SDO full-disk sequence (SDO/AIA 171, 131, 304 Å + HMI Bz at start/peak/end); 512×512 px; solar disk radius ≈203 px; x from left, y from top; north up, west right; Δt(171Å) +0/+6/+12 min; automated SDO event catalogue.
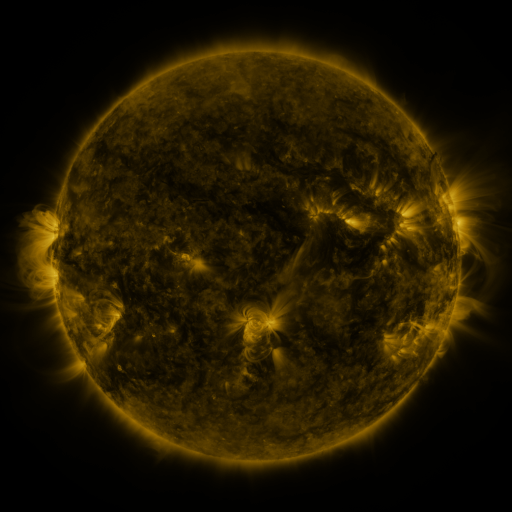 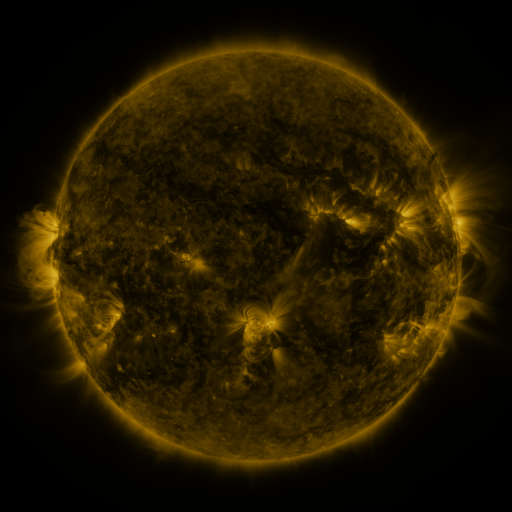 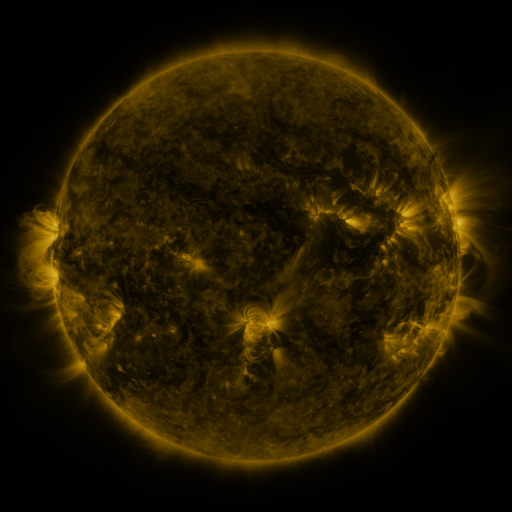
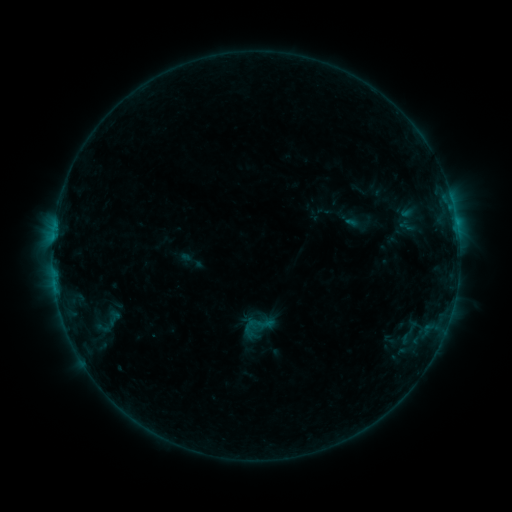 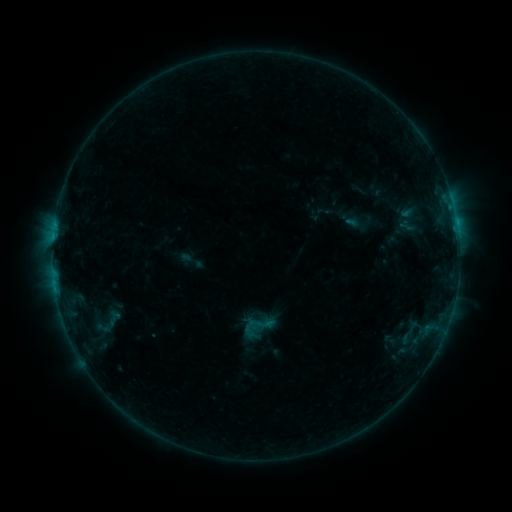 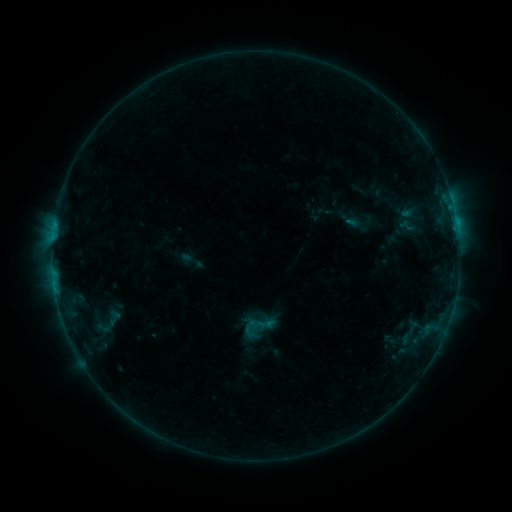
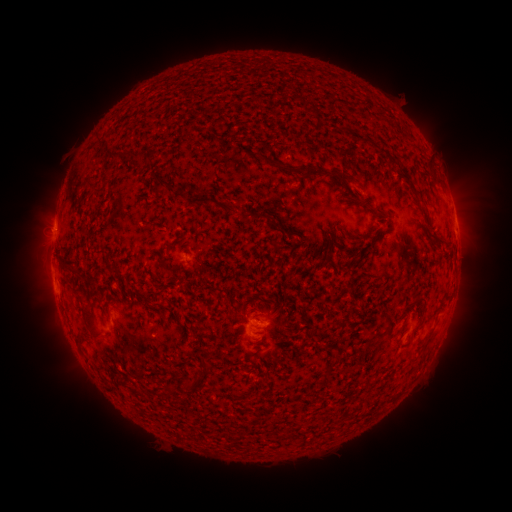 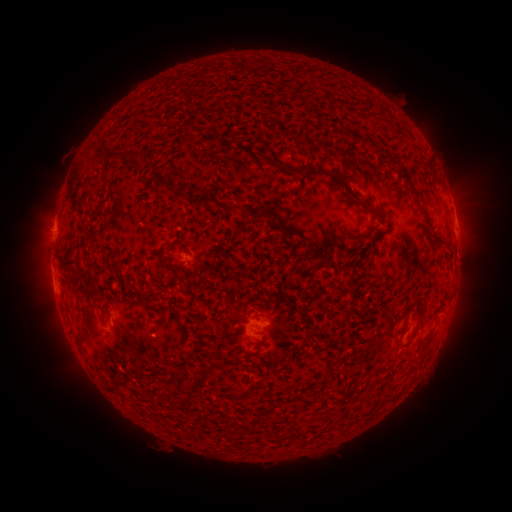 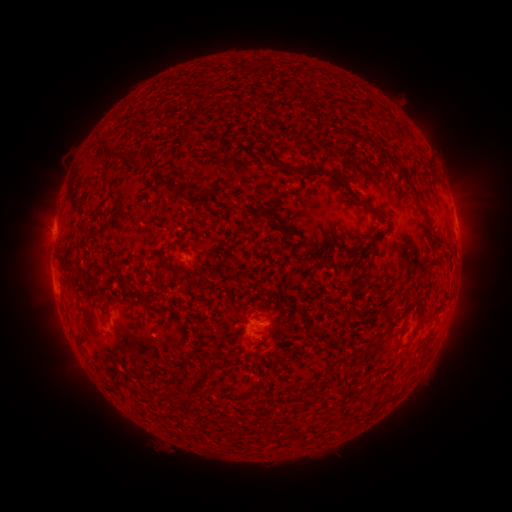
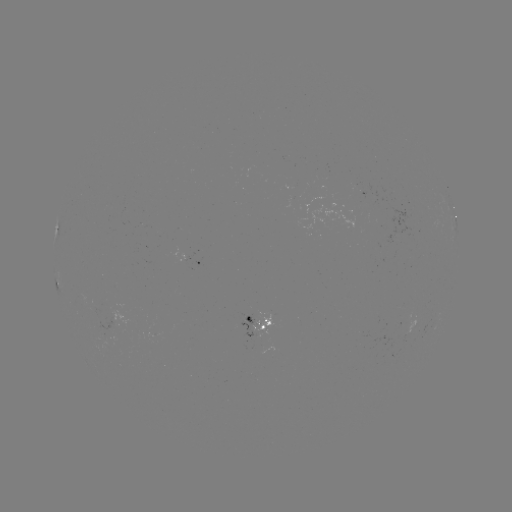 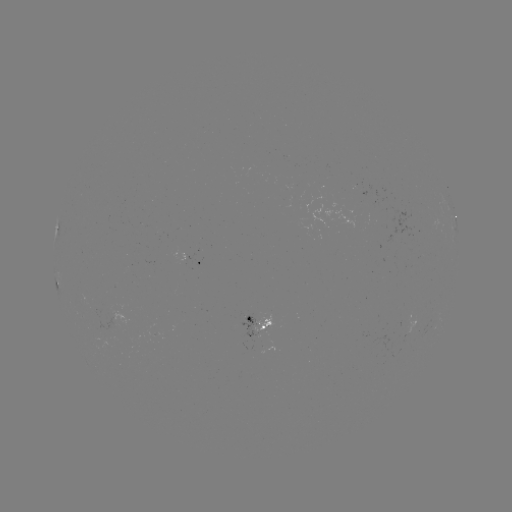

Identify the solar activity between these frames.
nothing was catalogued: no classed flare, no EUV trigger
